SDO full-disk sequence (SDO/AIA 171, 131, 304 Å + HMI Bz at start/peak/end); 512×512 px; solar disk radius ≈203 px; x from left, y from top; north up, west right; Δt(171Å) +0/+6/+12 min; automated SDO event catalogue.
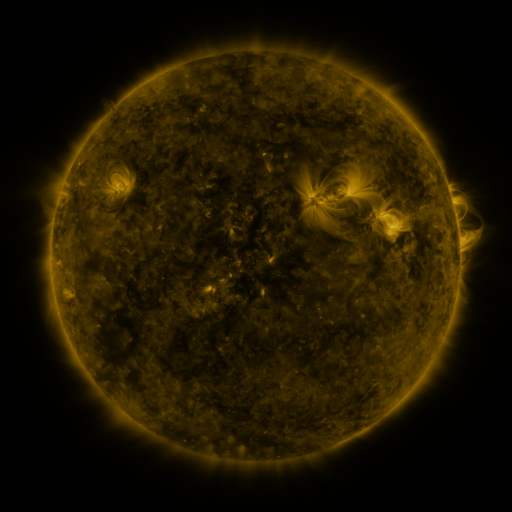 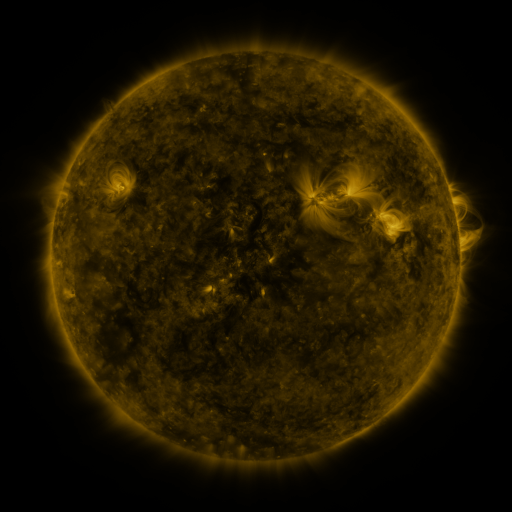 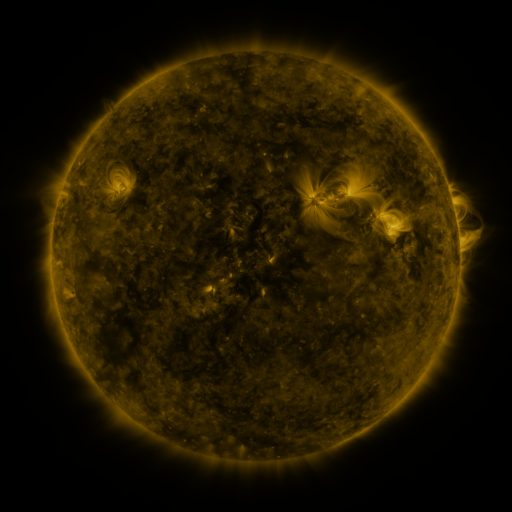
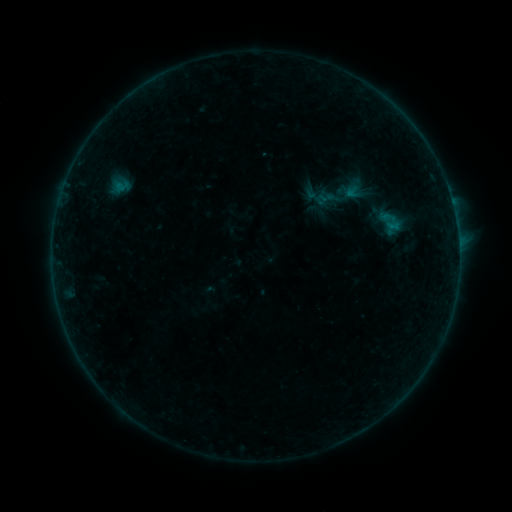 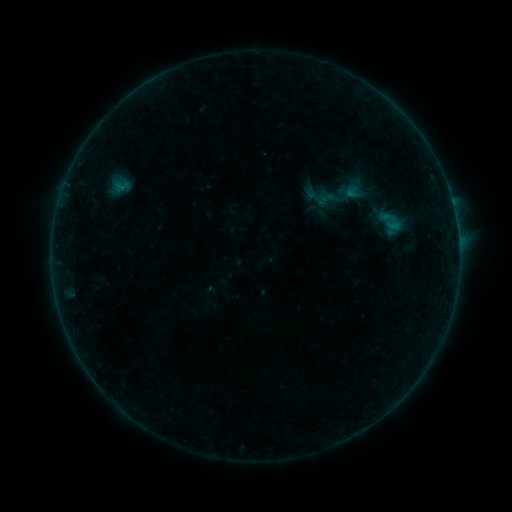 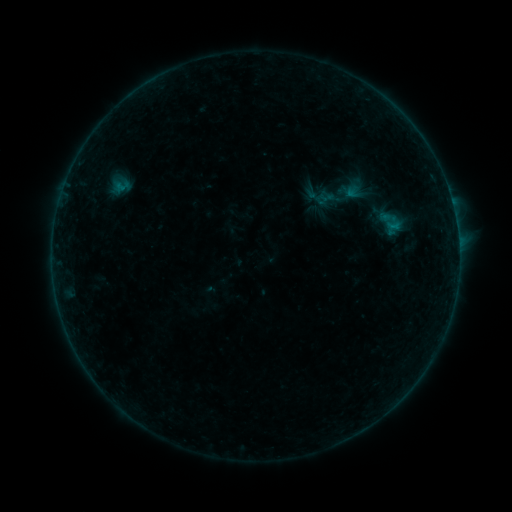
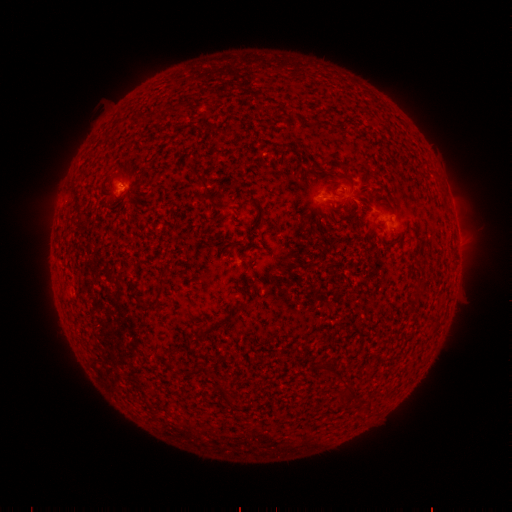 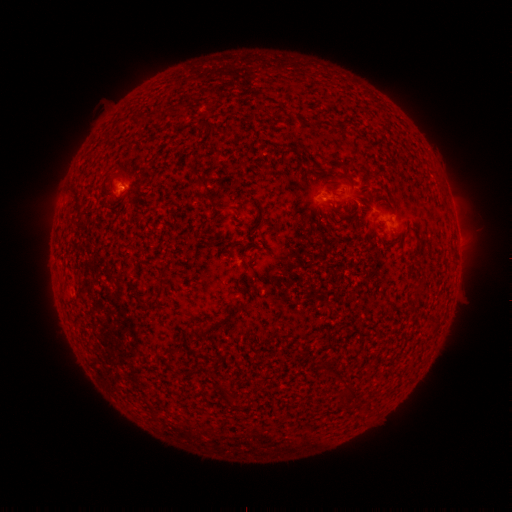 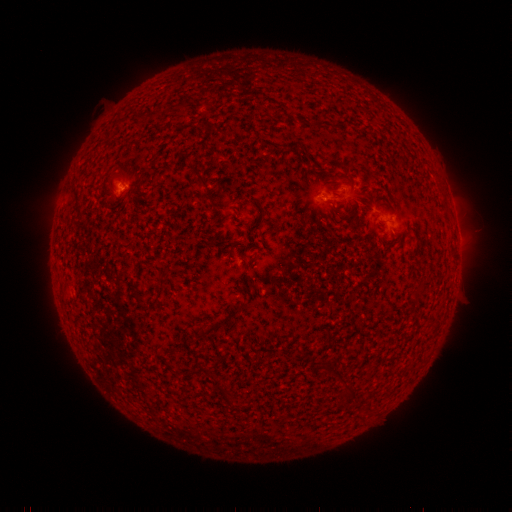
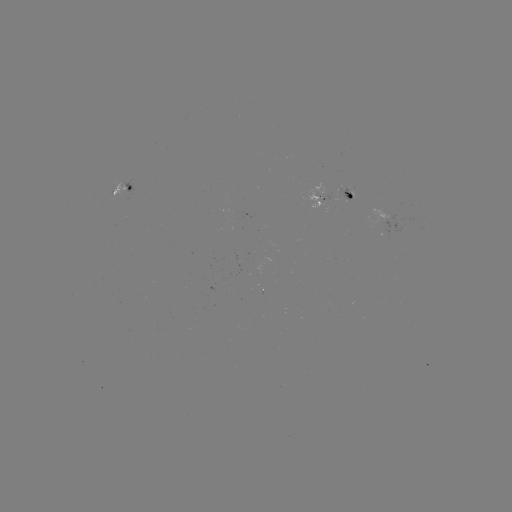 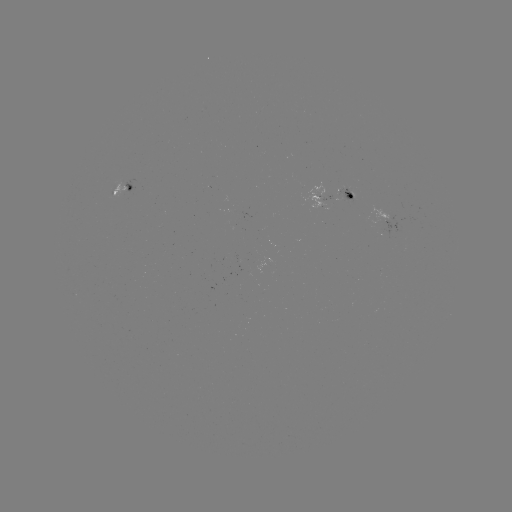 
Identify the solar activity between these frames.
B2.1 flare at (124, 189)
